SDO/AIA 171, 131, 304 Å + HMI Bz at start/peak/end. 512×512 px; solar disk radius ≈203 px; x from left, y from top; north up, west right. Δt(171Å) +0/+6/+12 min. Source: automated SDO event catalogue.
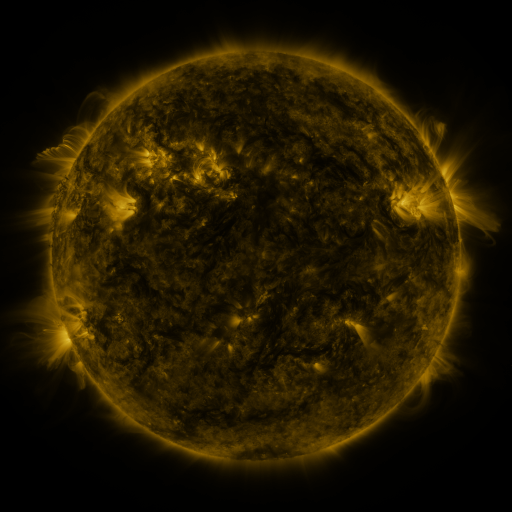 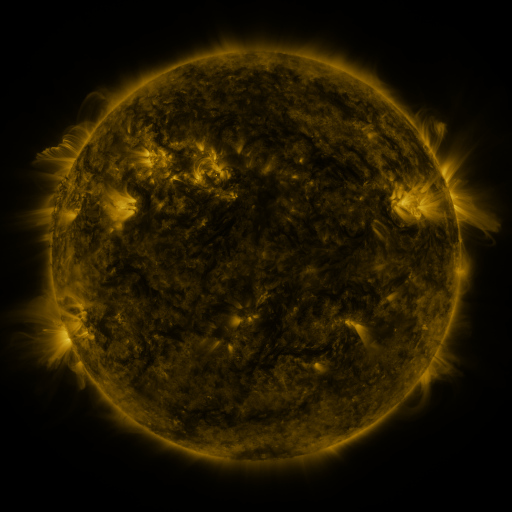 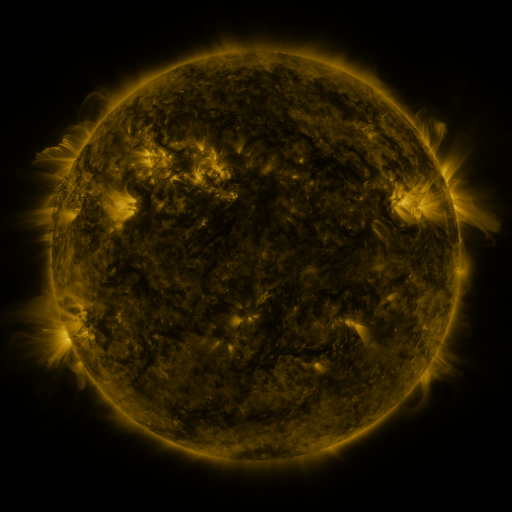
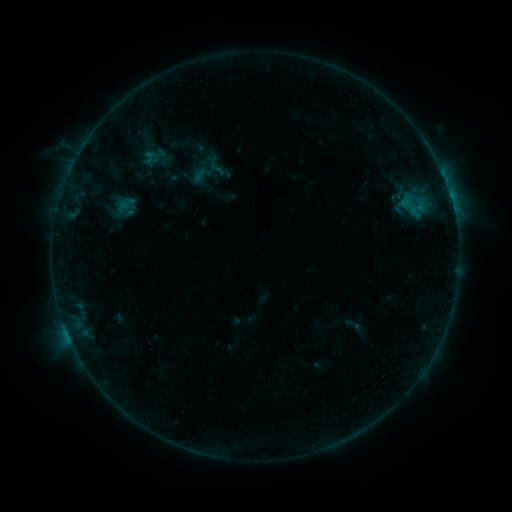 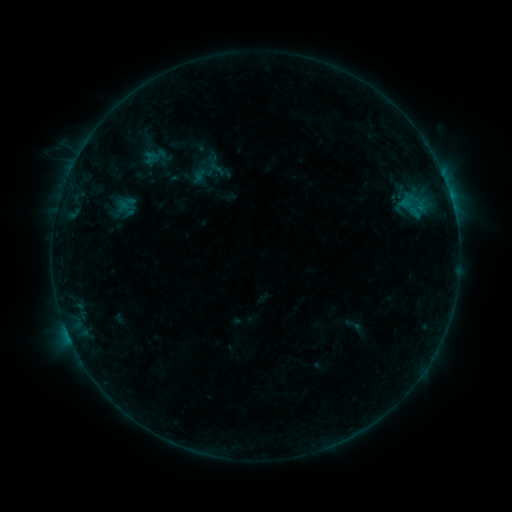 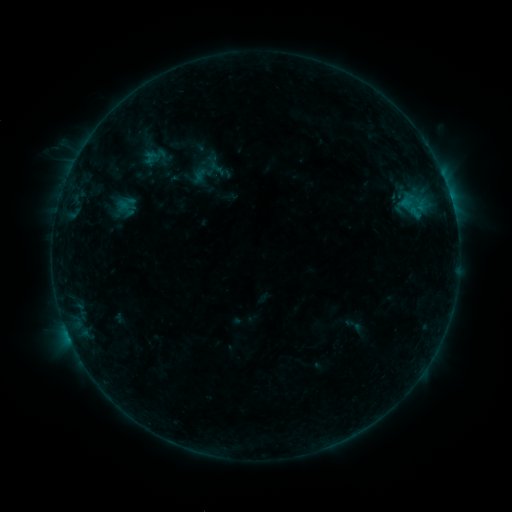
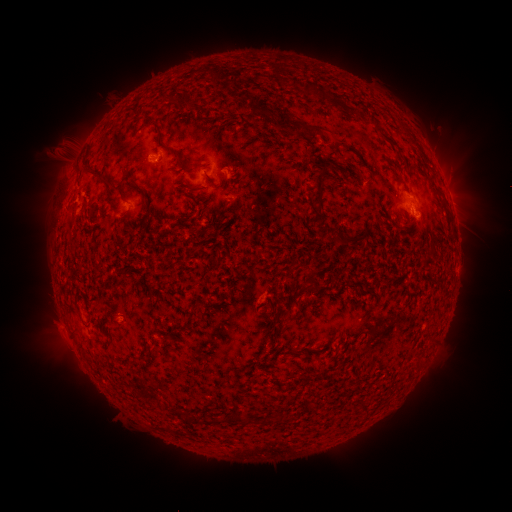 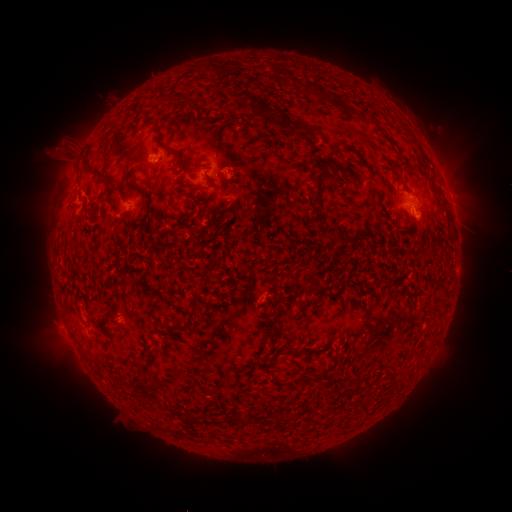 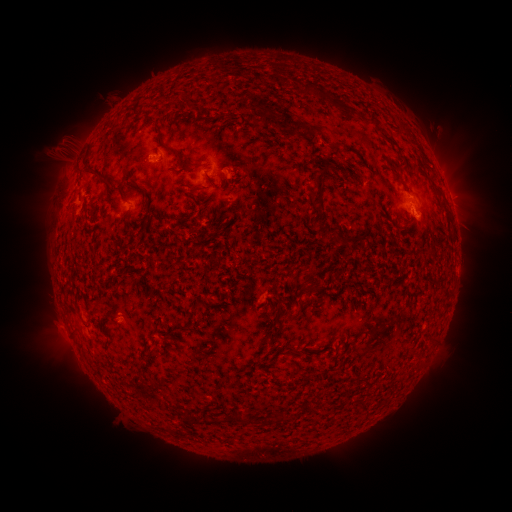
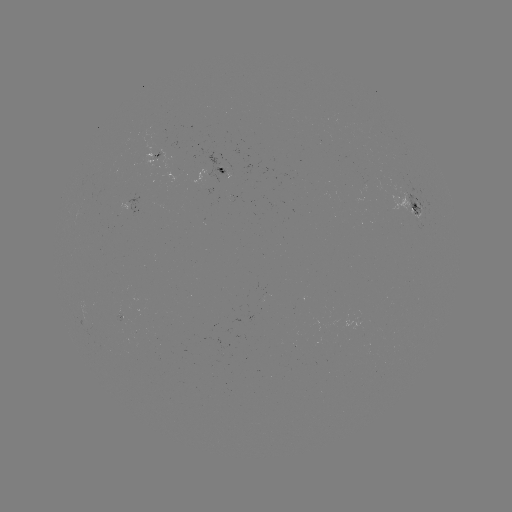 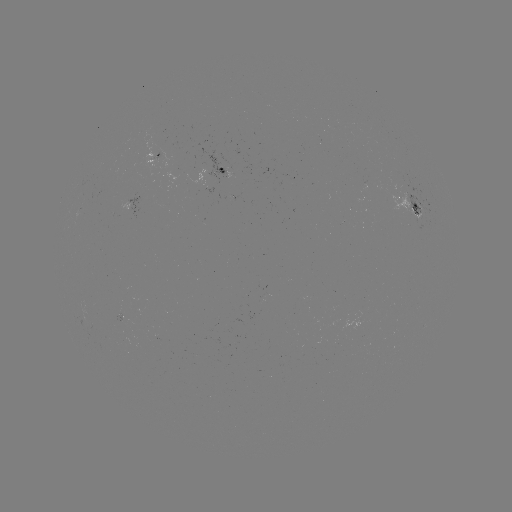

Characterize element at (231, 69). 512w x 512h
eruption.